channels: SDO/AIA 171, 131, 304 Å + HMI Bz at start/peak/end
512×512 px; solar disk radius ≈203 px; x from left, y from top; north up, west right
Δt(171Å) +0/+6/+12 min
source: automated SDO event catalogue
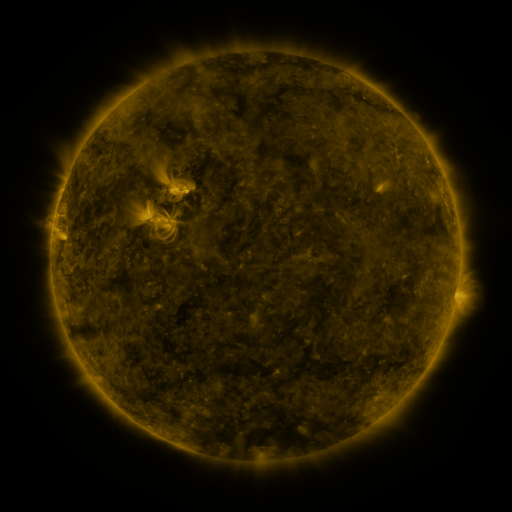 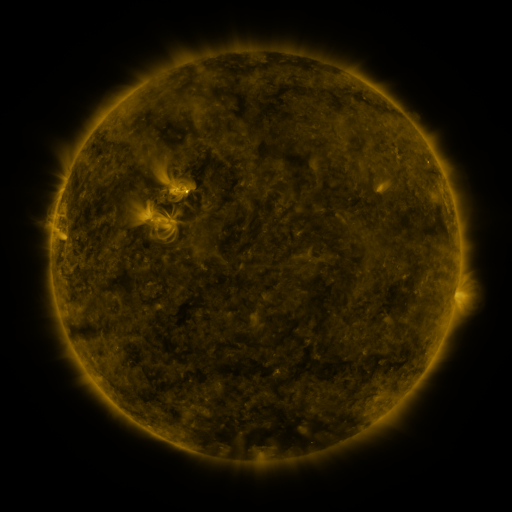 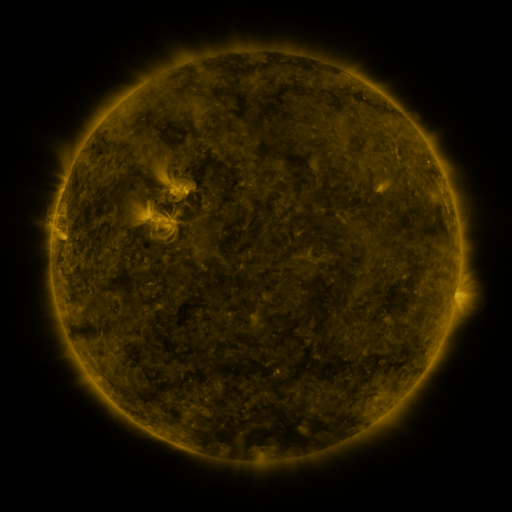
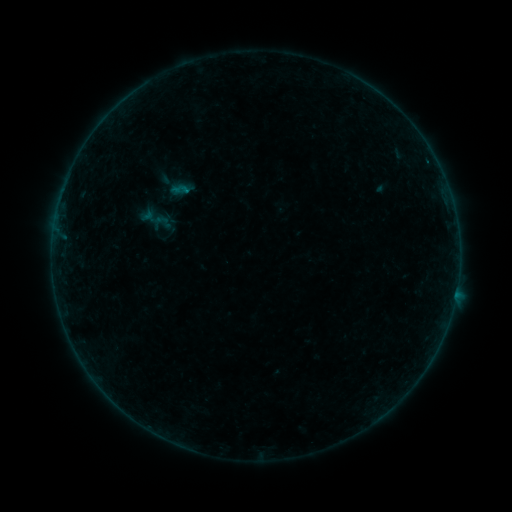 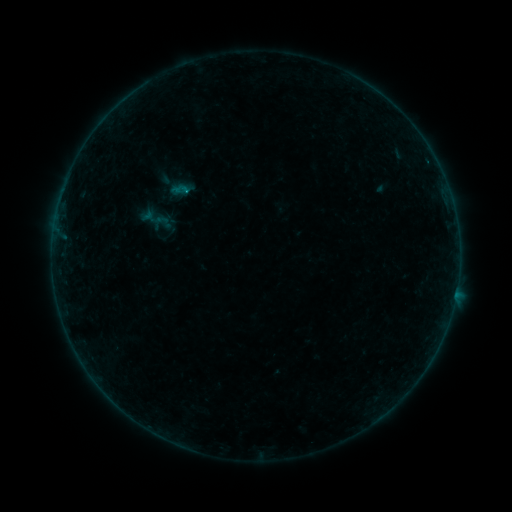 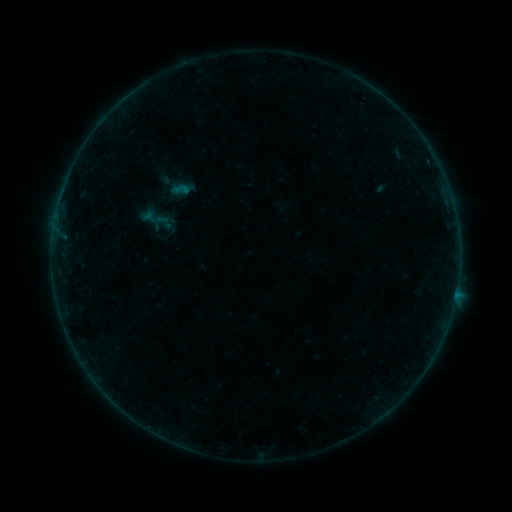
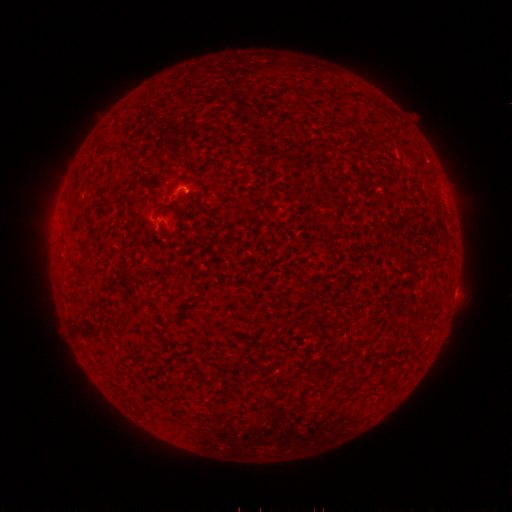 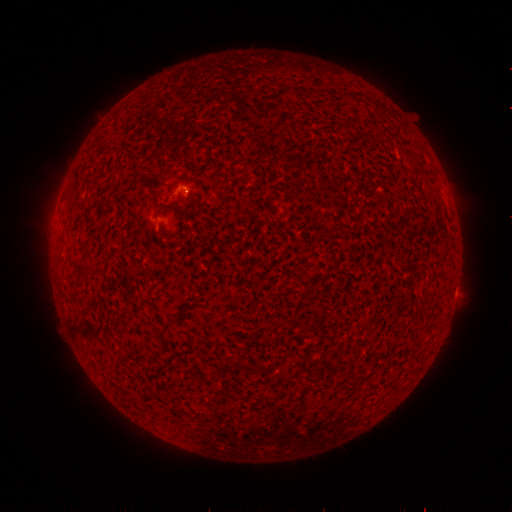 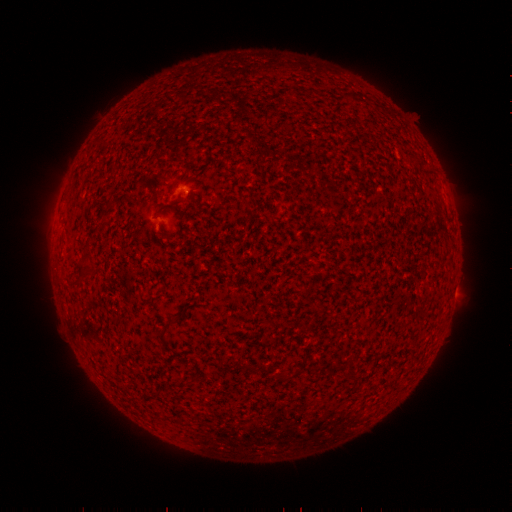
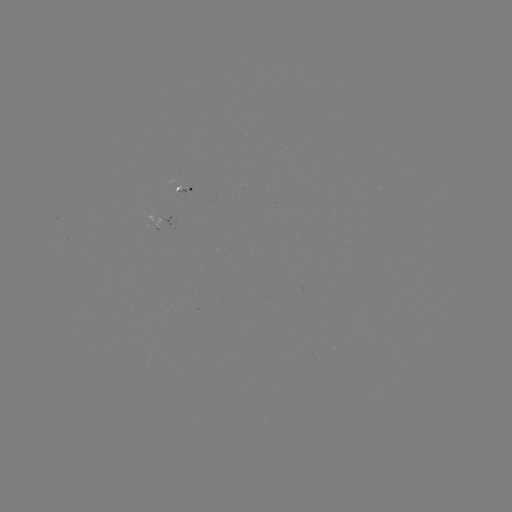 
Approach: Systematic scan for B1.5 flare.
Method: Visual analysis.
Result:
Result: B1.5 flare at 187,195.